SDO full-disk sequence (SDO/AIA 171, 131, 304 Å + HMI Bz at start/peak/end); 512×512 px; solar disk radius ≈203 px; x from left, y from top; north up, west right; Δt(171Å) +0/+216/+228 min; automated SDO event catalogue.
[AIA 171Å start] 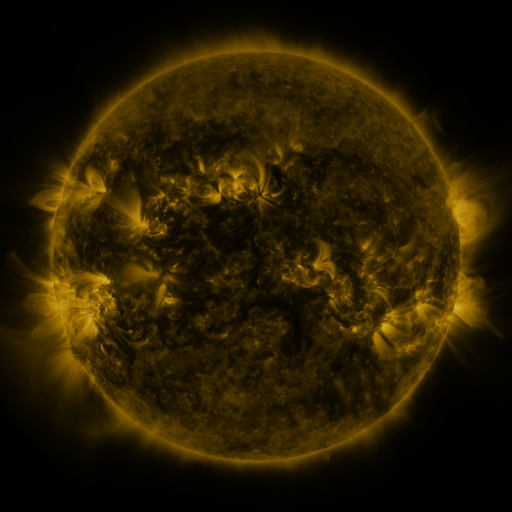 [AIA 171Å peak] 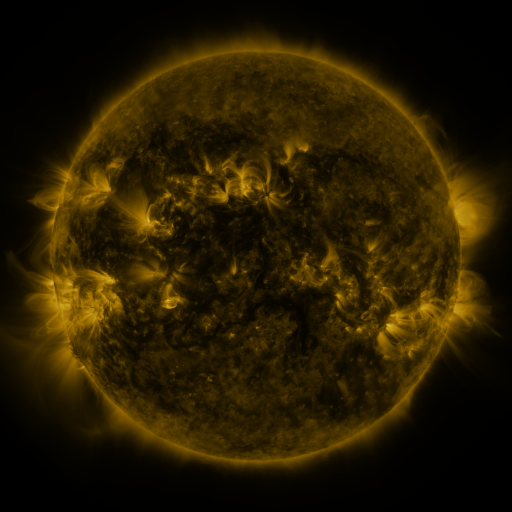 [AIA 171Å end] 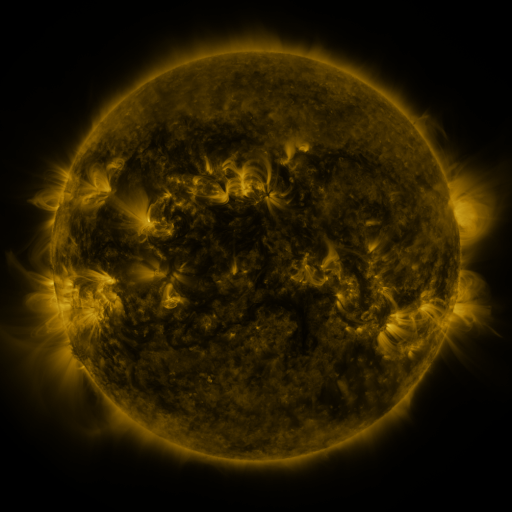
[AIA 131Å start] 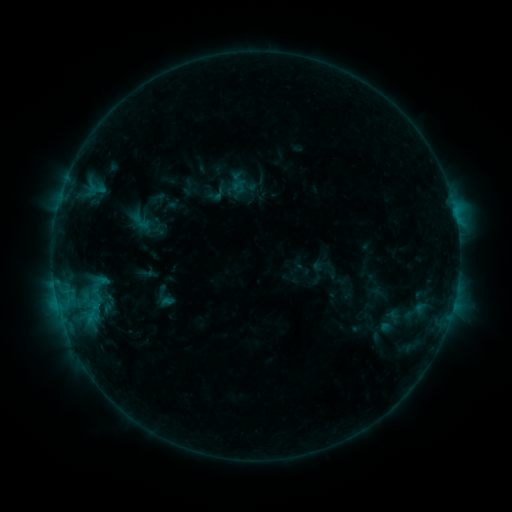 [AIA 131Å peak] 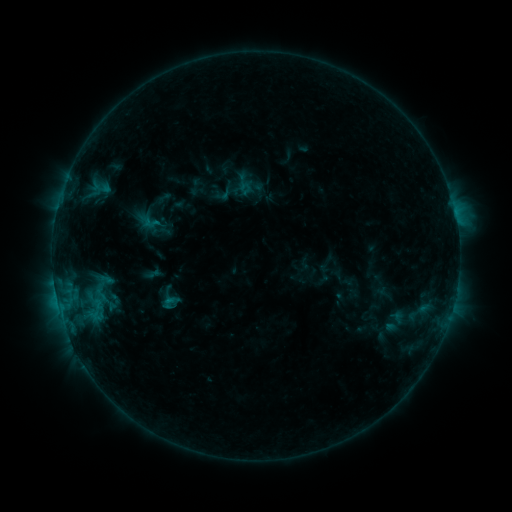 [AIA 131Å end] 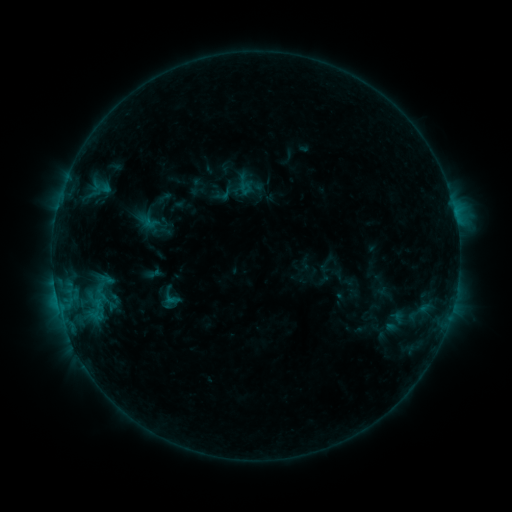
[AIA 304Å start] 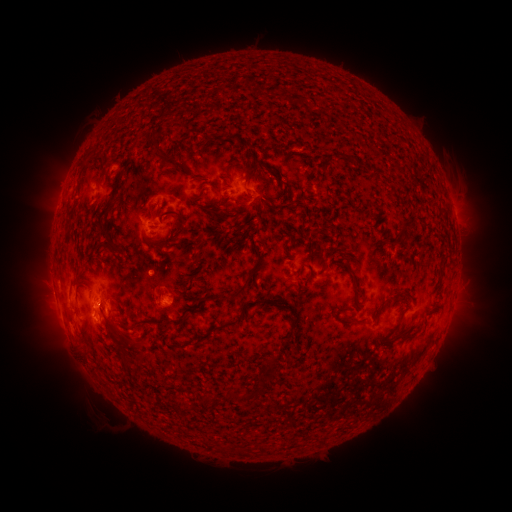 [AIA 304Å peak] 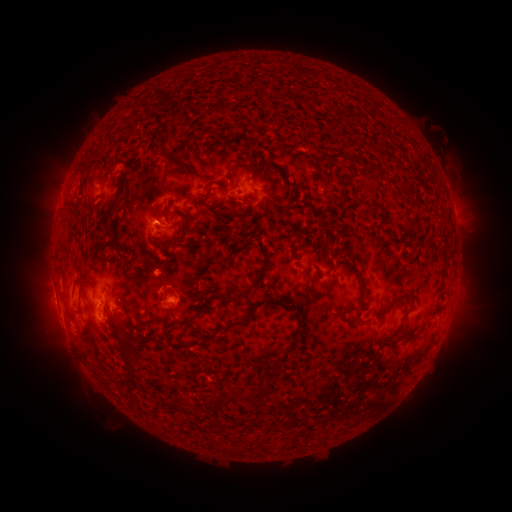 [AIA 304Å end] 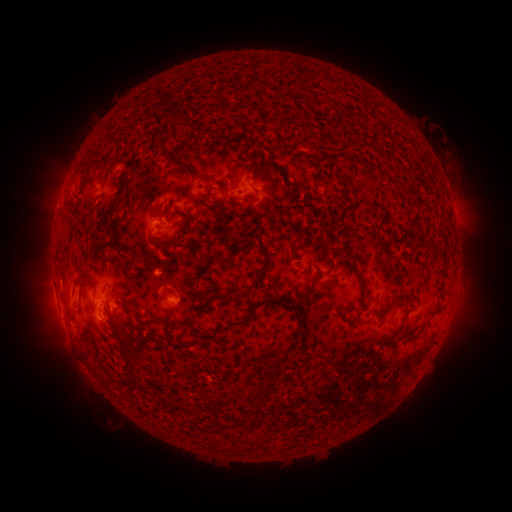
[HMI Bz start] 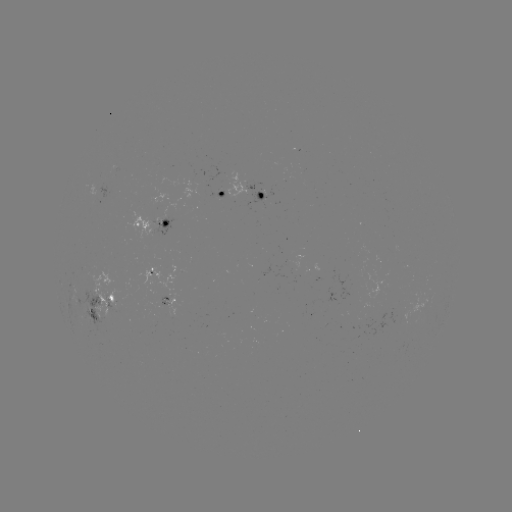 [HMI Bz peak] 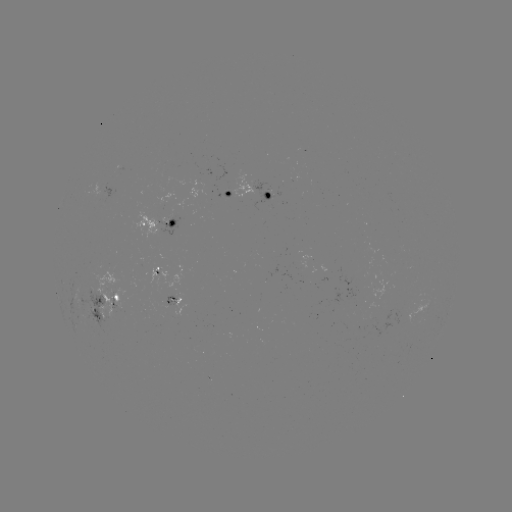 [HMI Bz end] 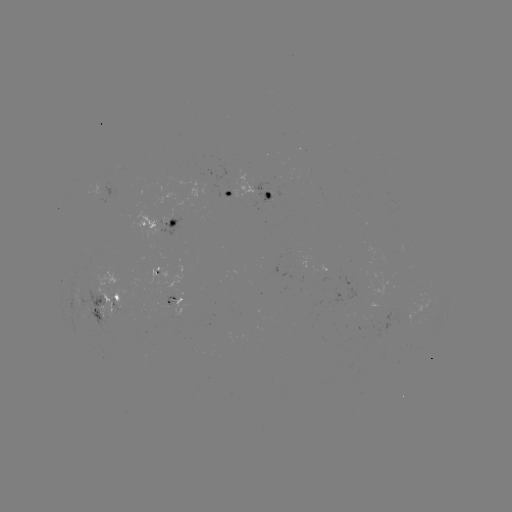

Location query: emerging-flux region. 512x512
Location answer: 176,296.